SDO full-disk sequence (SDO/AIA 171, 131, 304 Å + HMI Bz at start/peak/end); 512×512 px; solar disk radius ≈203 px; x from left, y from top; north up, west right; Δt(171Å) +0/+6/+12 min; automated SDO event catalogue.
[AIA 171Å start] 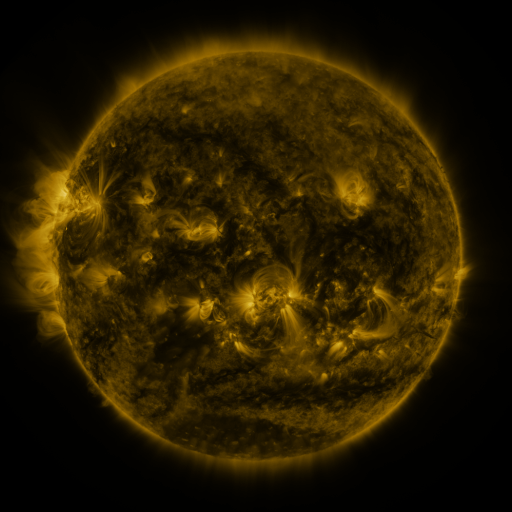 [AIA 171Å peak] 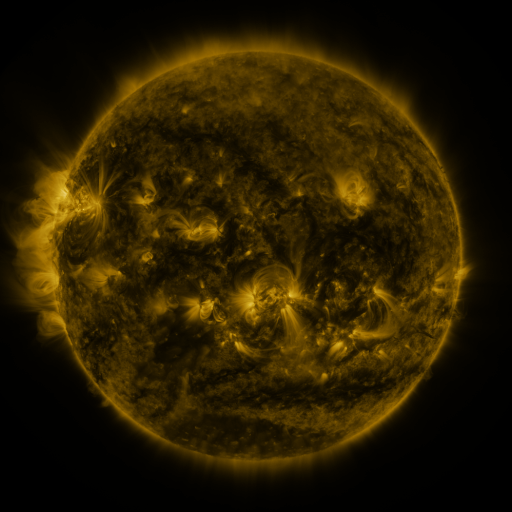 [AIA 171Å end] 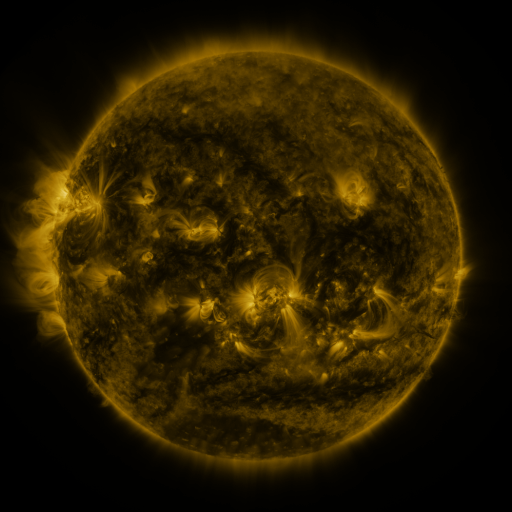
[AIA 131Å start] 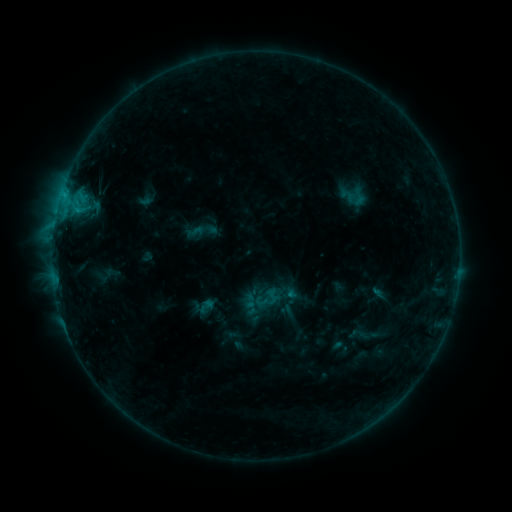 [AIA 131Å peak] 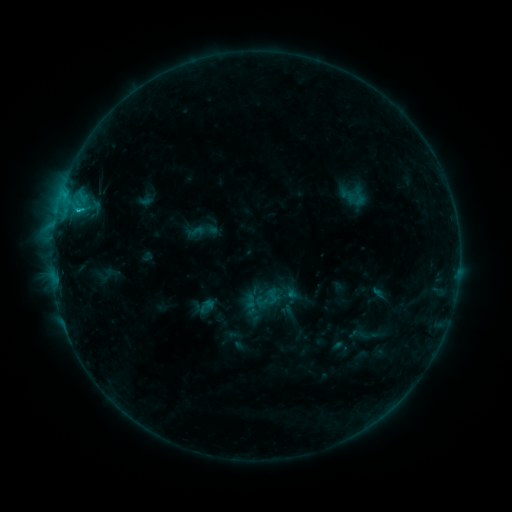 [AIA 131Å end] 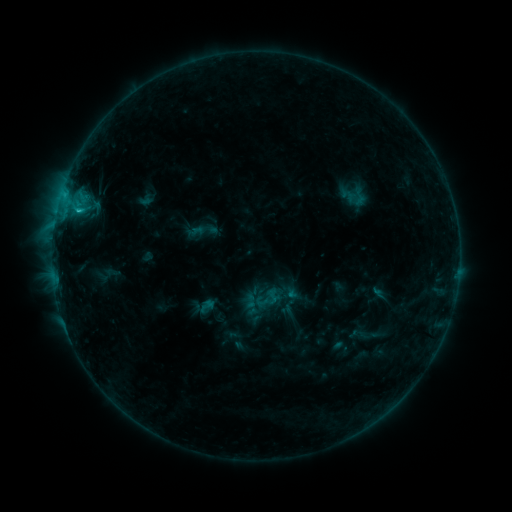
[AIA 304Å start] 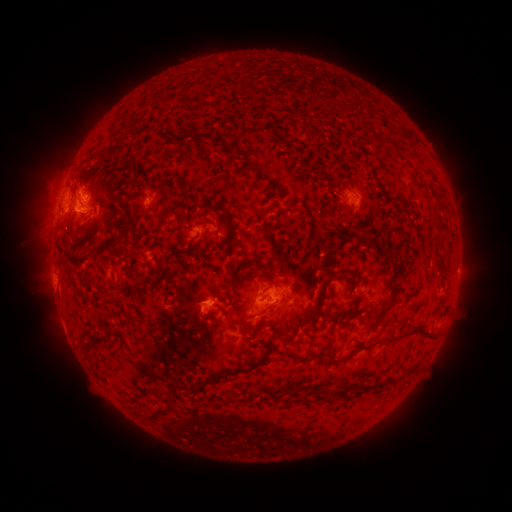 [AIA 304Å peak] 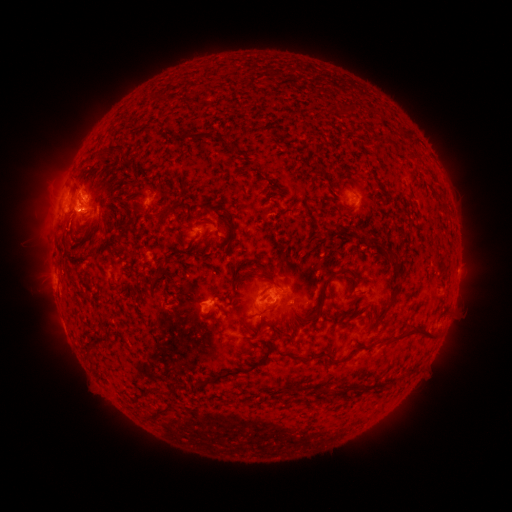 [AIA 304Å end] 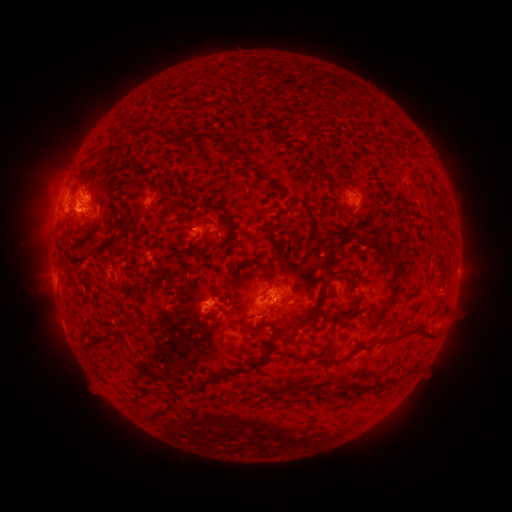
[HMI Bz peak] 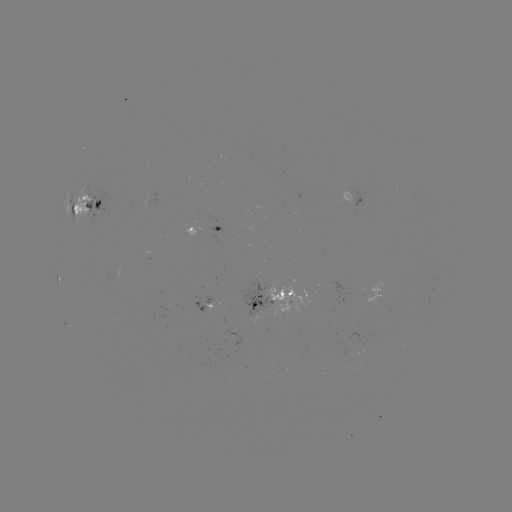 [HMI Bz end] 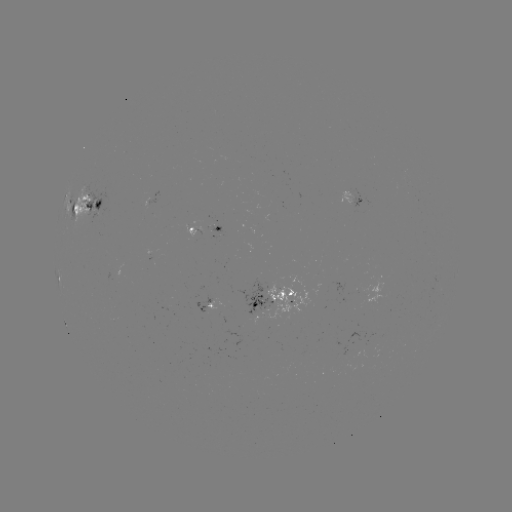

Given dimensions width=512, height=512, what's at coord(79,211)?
C1.1 flare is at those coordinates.